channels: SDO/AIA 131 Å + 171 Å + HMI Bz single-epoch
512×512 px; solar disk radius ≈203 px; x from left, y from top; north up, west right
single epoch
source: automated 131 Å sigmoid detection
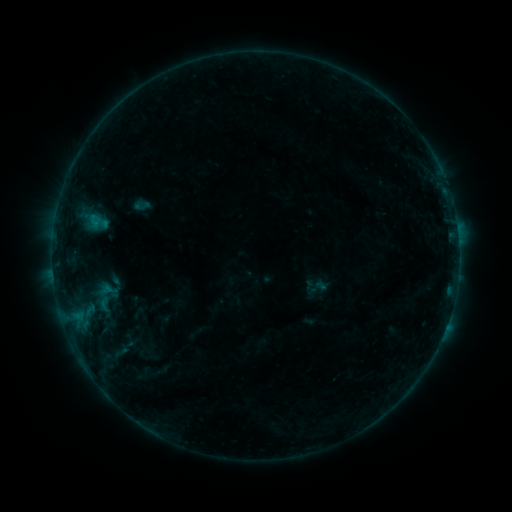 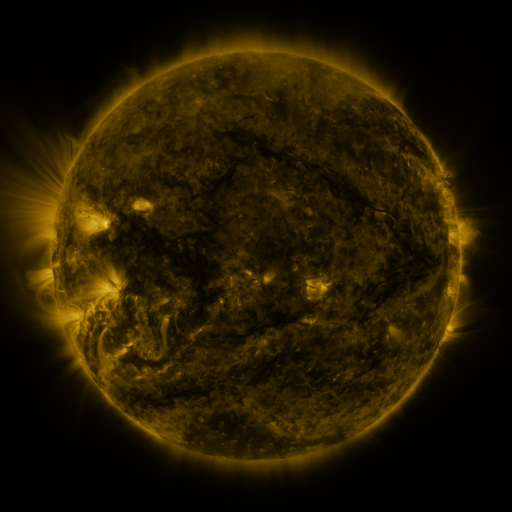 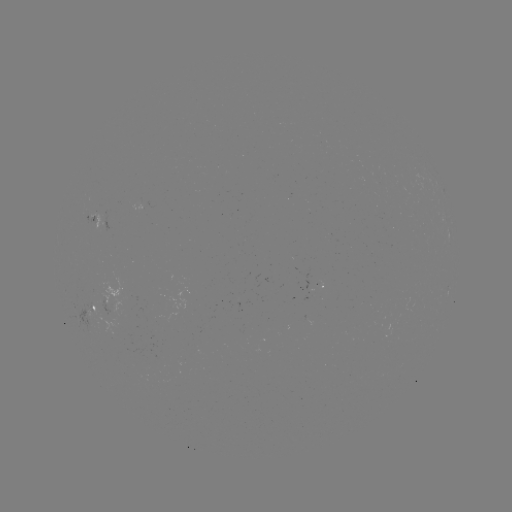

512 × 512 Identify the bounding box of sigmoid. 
[306, 276, 328, 298].